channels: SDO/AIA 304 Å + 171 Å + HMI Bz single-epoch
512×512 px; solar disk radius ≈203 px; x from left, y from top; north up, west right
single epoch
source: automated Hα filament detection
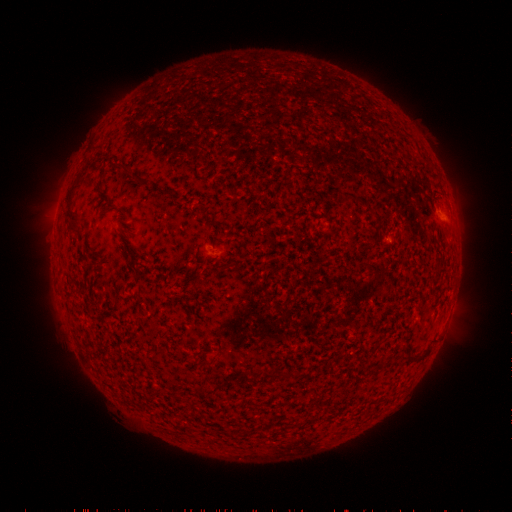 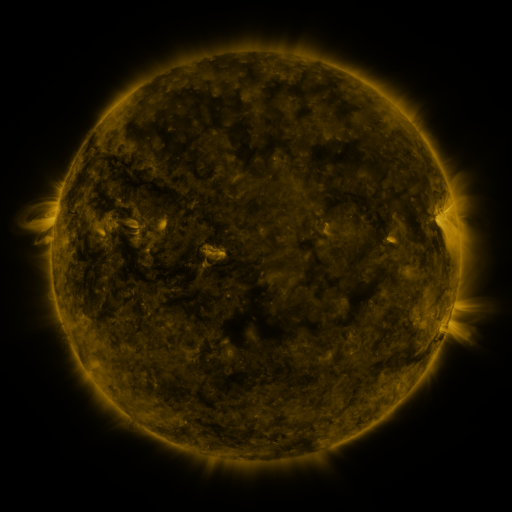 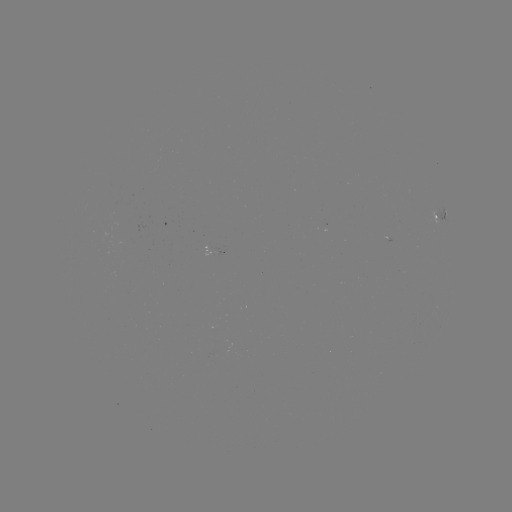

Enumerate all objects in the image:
filament: <bbox>112, 161, 125, 167</bbox>
filament: <bbox>76, 168, 87, 178</bbox>
filament: <bbox>65, 199, 79, 229</bbox>
filament: <bbox>116, 206, 128, 215</bbox>
filament: <bbox>261, 370, 274, 379</bbox>
filament: <bbox>205, 385, 217, 394</bbox>
